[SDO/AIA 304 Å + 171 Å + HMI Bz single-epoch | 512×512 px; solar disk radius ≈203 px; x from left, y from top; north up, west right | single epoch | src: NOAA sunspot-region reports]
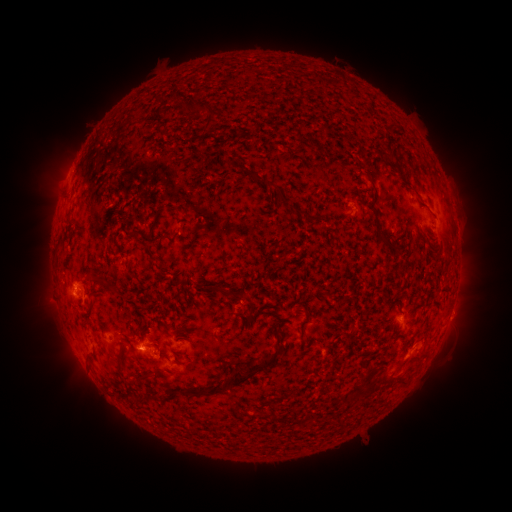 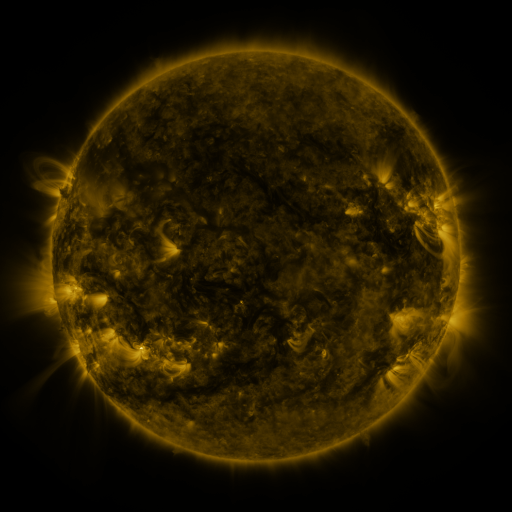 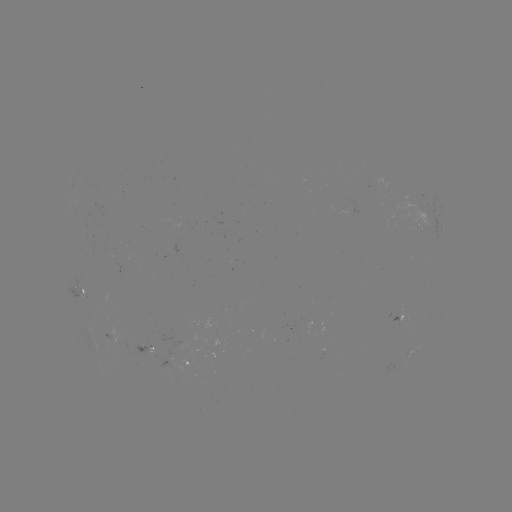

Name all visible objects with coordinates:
spotted active region: (440, 229)
spotted active region: (84, 292)
spotted active region: (400, 320)
spotted active region: (111, 339)
spotted active region: (150, 349)
spotted active region: (187, 363)
